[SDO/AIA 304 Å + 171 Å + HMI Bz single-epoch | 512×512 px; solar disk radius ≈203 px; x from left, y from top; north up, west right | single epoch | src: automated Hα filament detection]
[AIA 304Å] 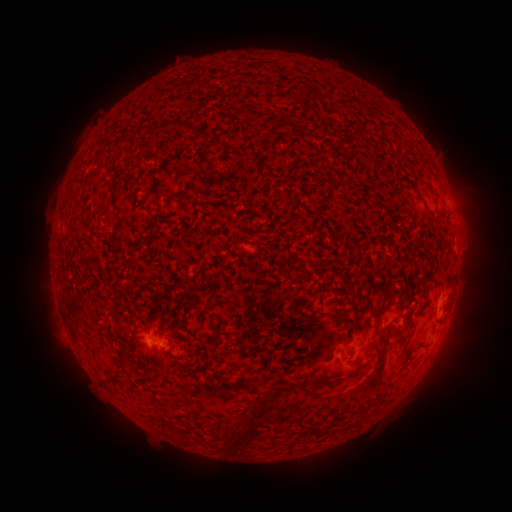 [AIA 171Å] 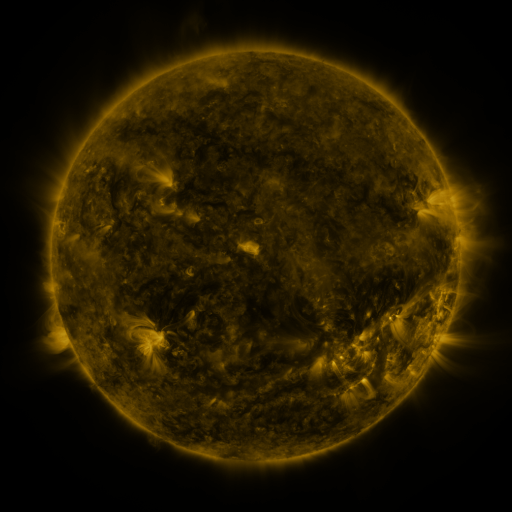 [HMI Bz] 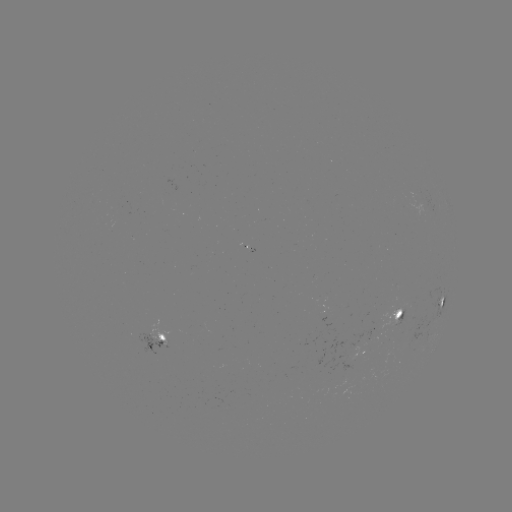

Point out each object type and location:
filament: (374, 104)
filament: (165, 127)
filament: (221, 145)
filament: (66, 222)
filament: (191, 235)
filament: (383, 304)
filament: (331, 314)
filament: (124, 354)
filament: (257, 370)
filament: (116, 377)
filament: (281, 389)
filament: (241, 436)
